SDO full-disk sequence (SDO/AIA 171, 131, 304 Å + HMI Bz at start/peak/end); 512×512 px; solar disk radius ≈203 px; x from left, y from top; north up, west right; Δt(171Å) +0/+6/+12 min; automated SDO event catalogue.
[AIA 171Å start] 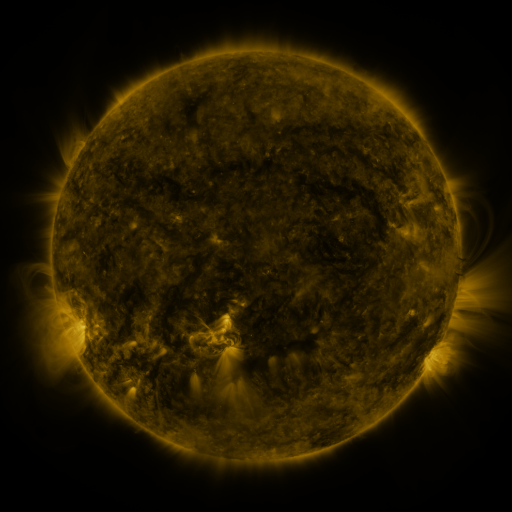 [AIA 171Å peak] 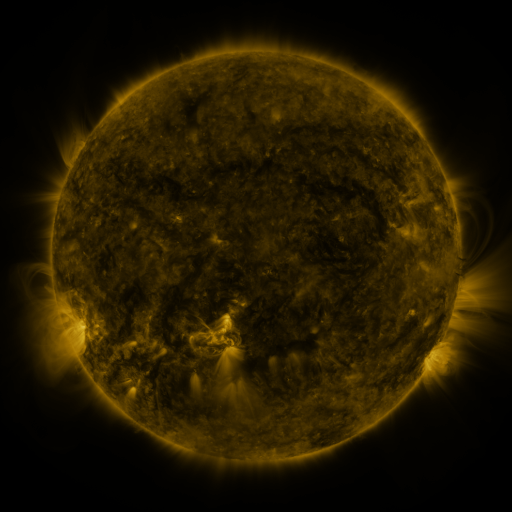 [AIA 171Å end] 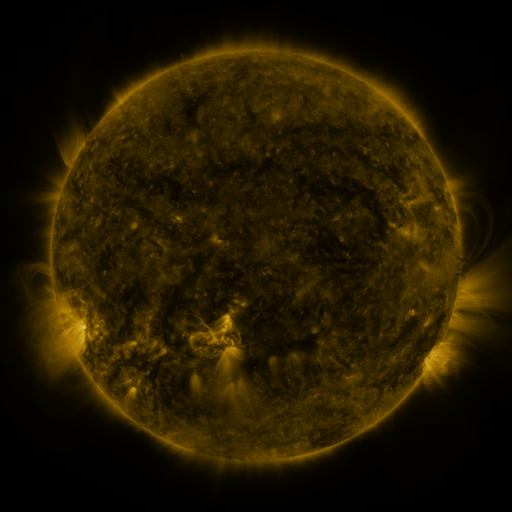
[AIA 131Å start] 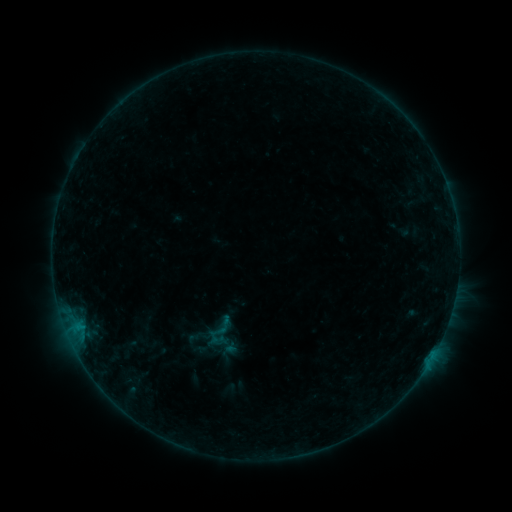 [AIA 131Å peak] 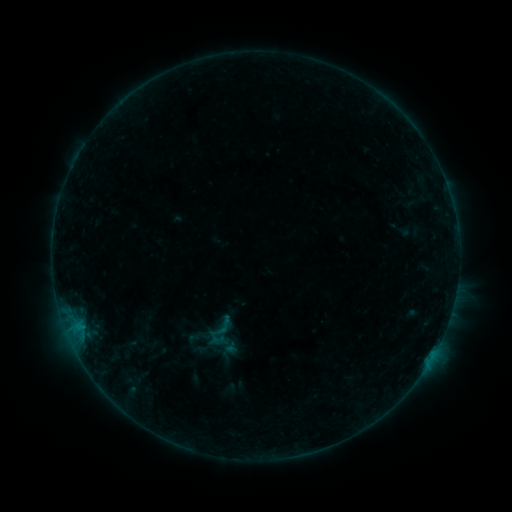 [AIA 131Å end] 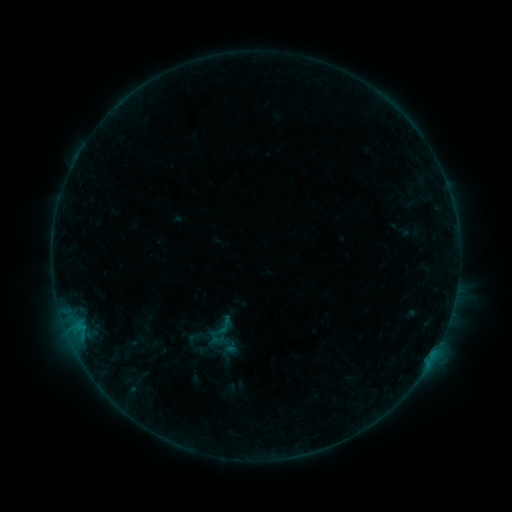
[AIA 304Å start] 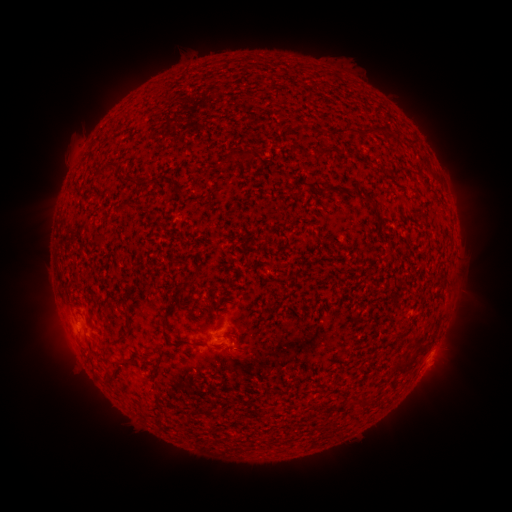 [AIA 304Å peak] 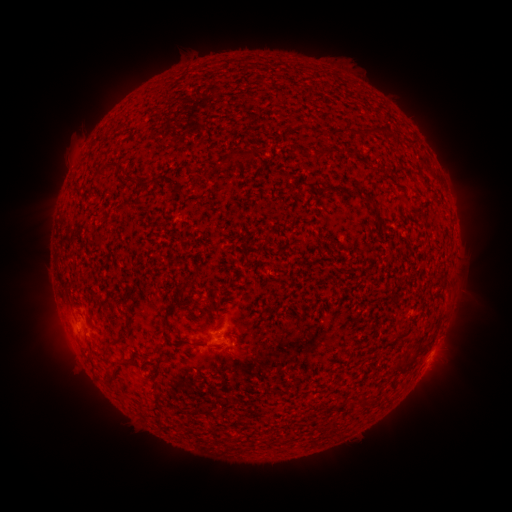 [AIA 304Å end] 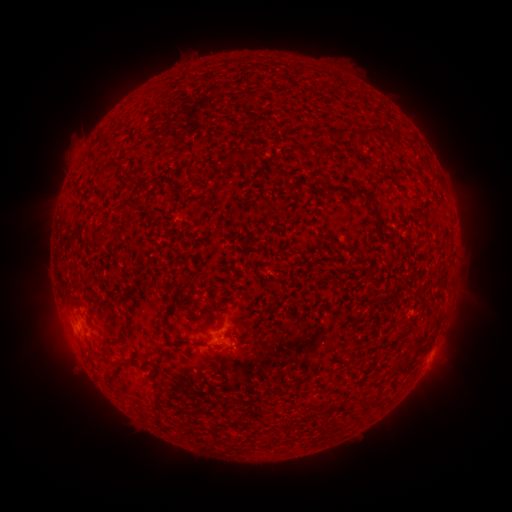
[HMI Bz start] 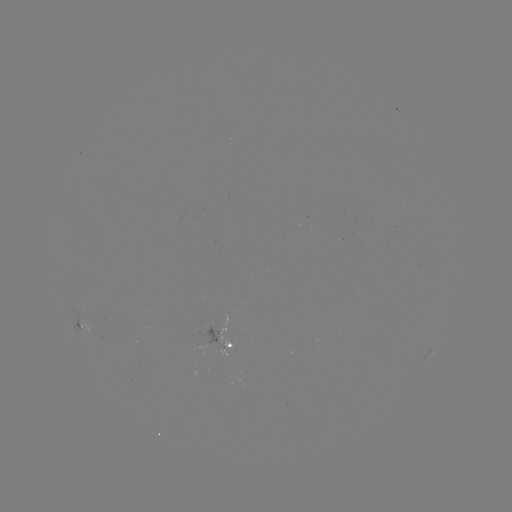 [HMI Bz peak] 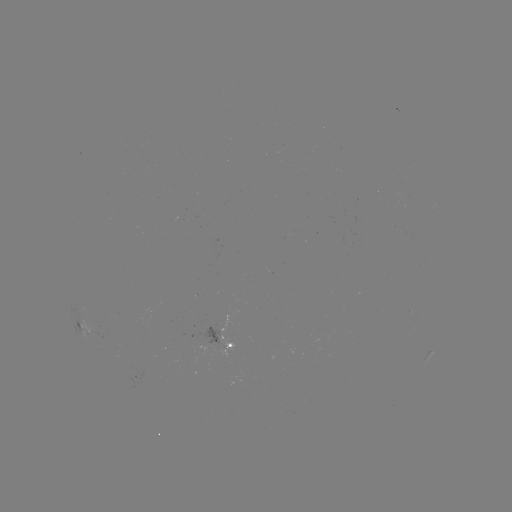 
no classed flare was catalogued and no EUV brightening was flagged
